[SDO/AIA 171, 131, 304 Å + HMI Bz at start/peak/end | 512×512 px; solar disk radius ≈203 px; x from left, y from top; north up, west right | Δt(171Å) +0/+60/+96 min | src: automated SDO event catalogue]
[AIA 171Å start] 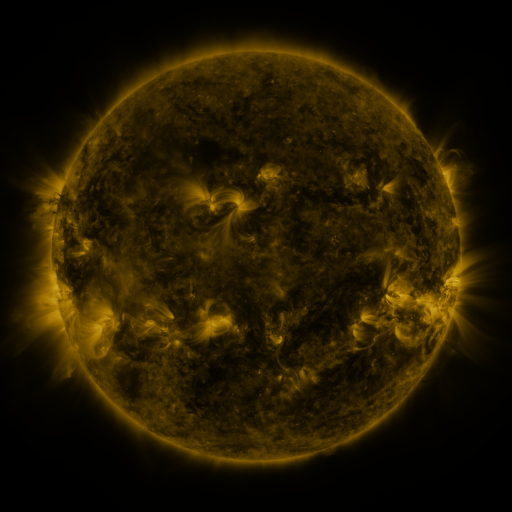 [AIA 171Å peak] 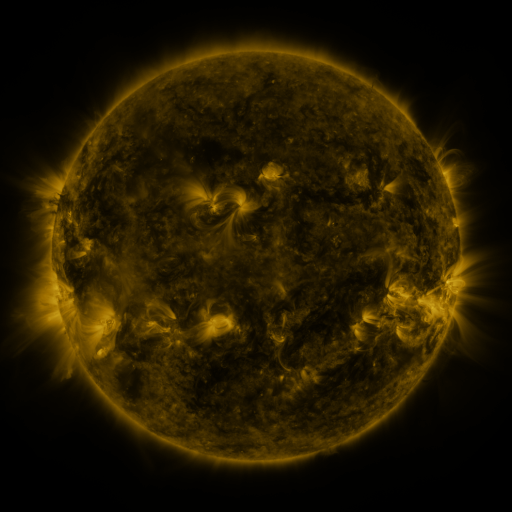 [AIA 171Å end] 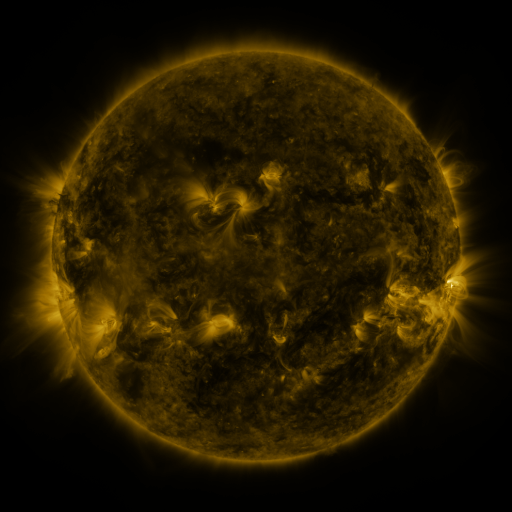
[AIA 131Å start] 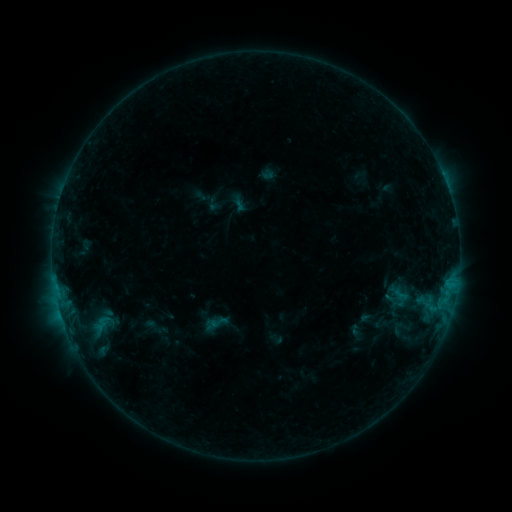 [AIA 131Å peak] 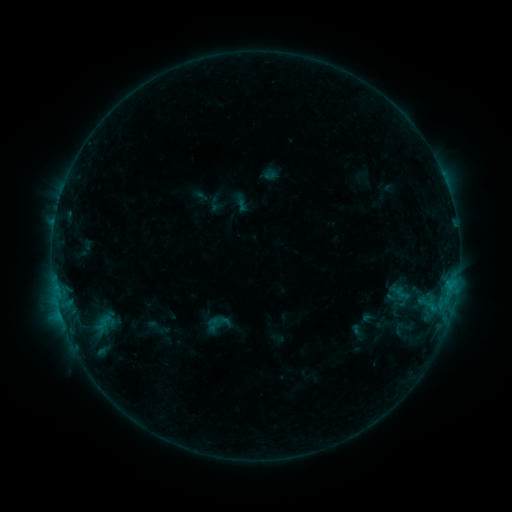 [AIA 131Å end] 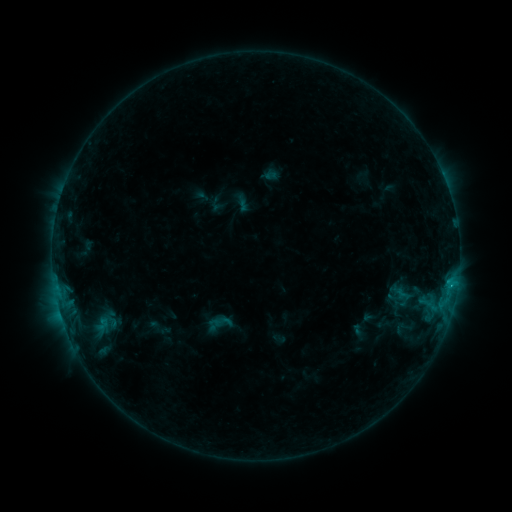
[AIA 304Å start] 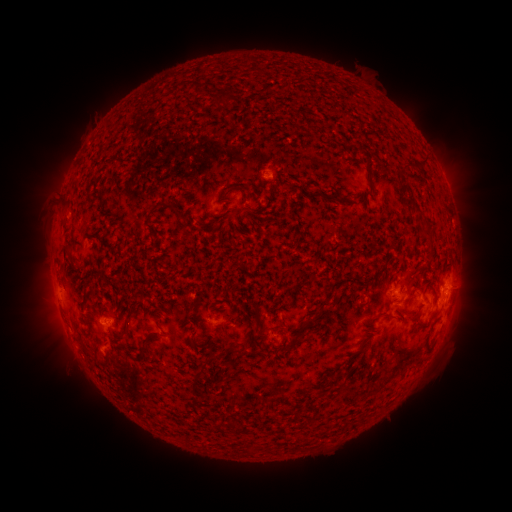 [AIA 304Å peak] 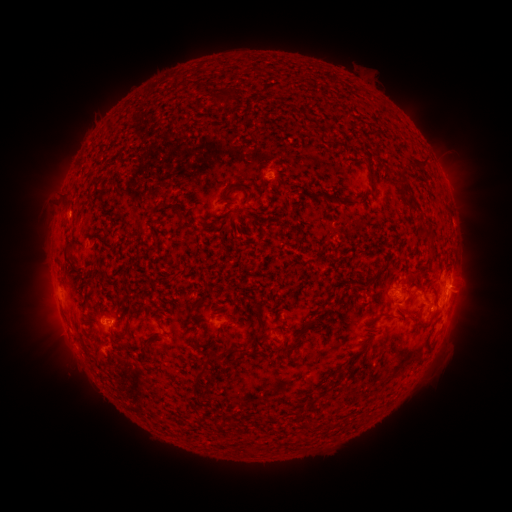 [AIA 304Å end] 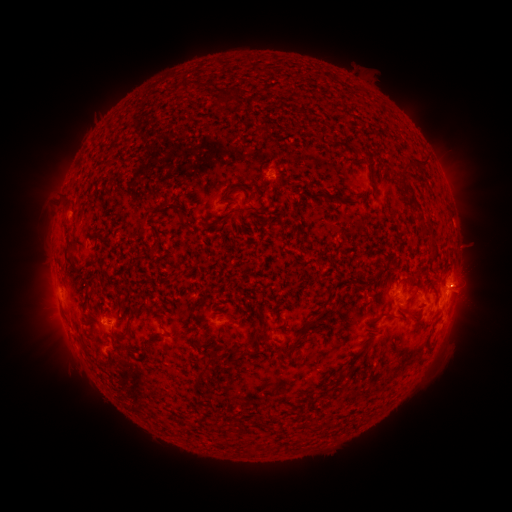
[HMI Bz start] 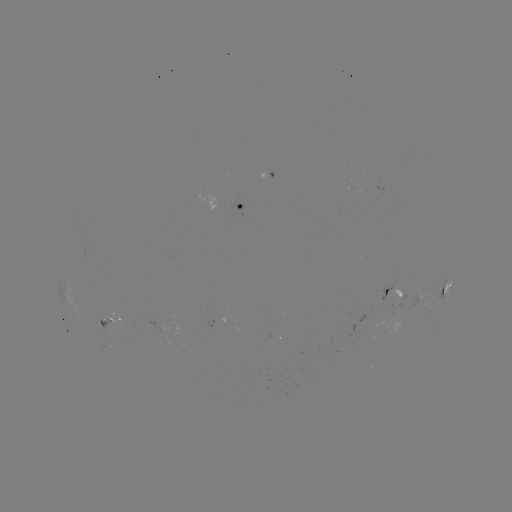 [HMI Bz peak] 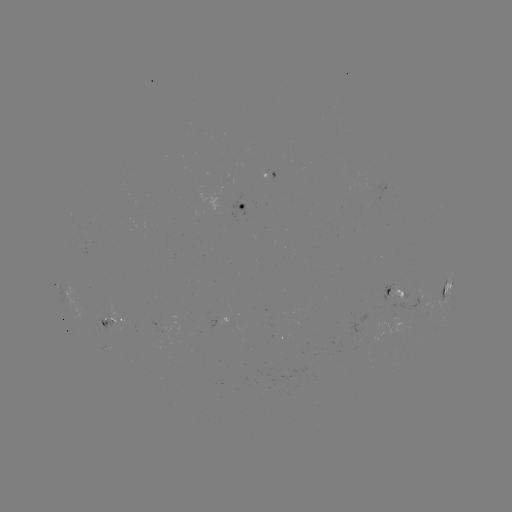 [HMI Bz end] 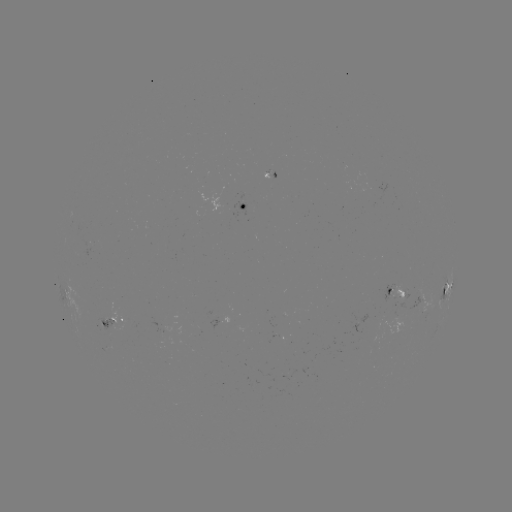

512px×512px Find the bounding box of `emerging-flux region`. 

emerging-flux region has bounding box [389, 283, 406, 302].